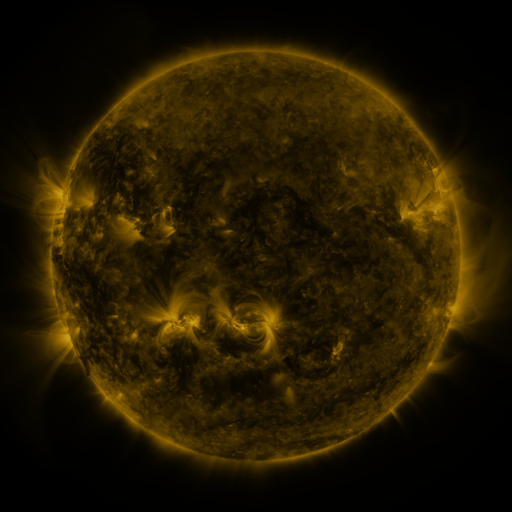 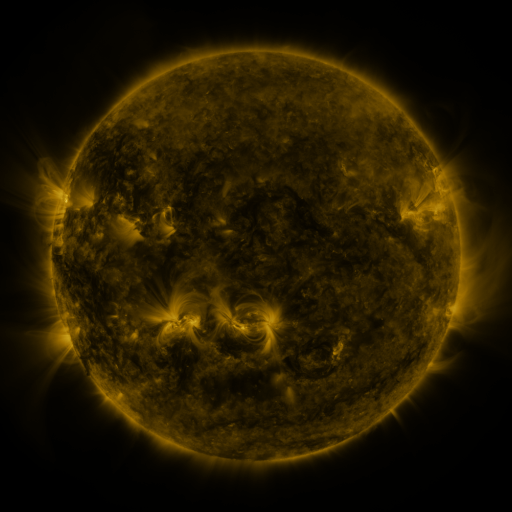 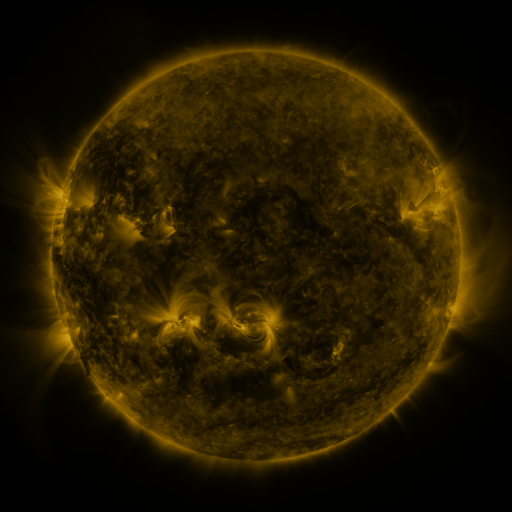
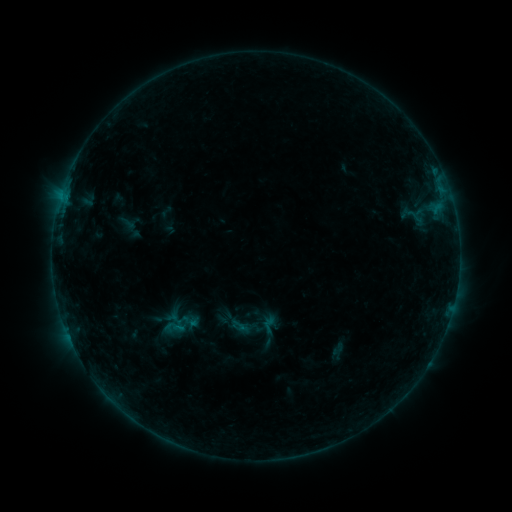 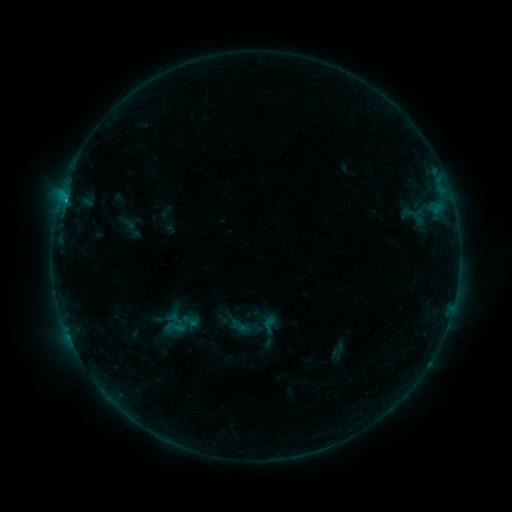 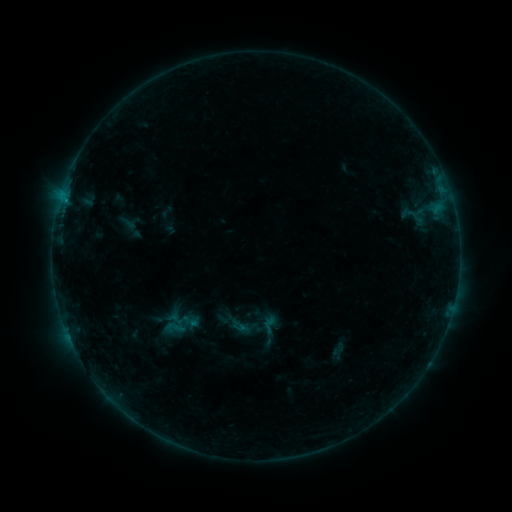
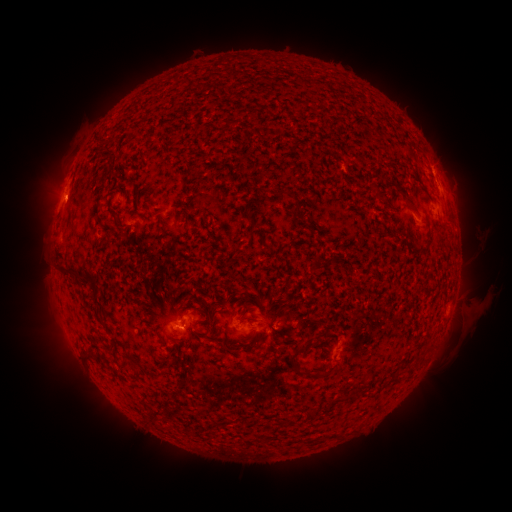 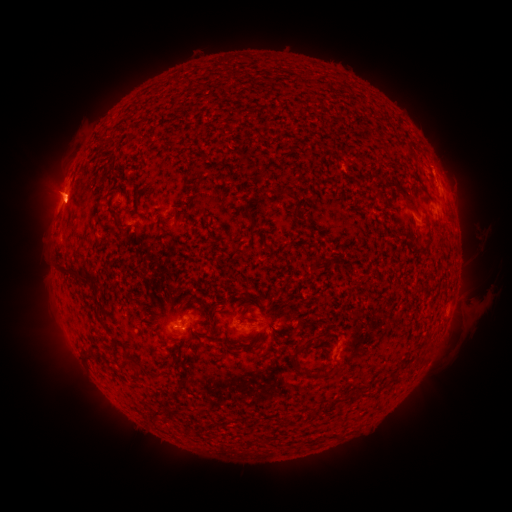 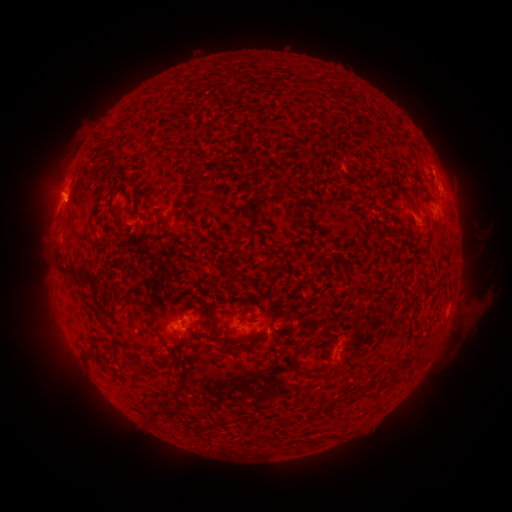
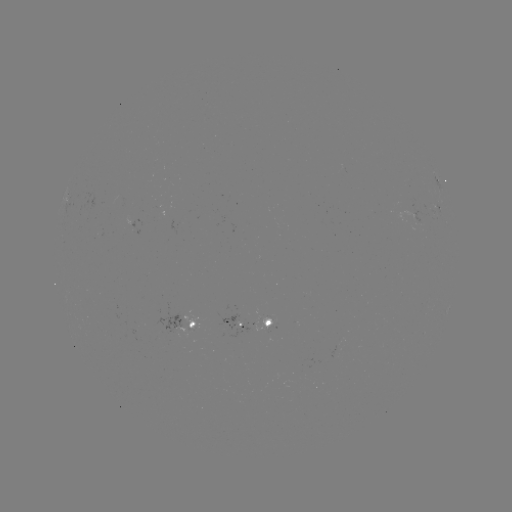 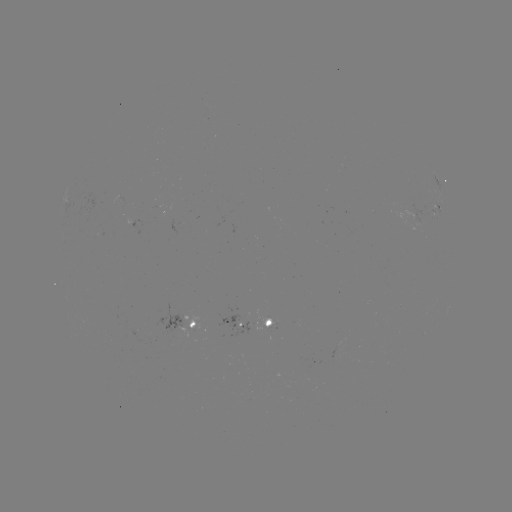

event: flare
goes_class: B4.2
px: (65, 201)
